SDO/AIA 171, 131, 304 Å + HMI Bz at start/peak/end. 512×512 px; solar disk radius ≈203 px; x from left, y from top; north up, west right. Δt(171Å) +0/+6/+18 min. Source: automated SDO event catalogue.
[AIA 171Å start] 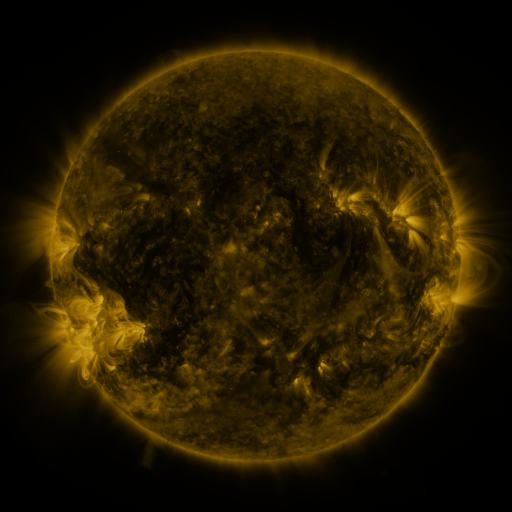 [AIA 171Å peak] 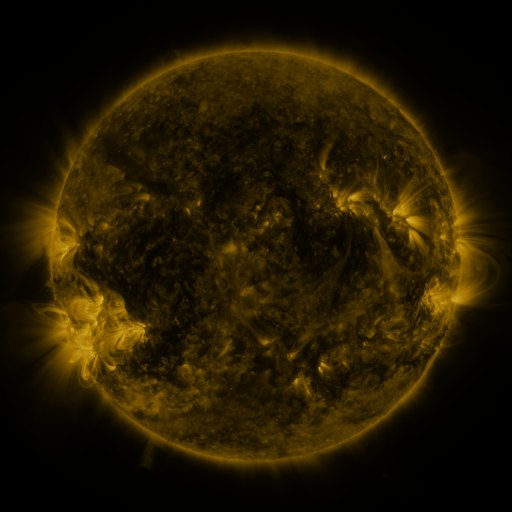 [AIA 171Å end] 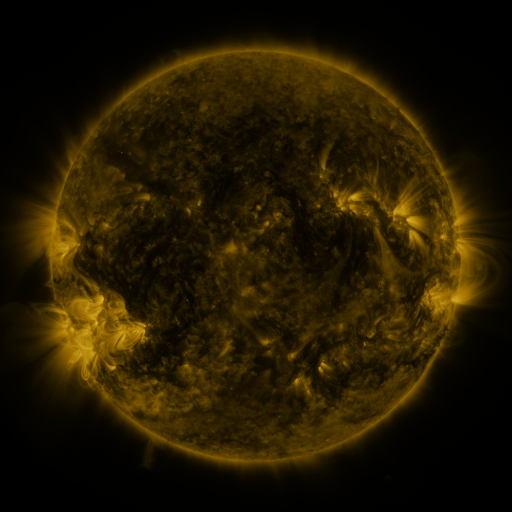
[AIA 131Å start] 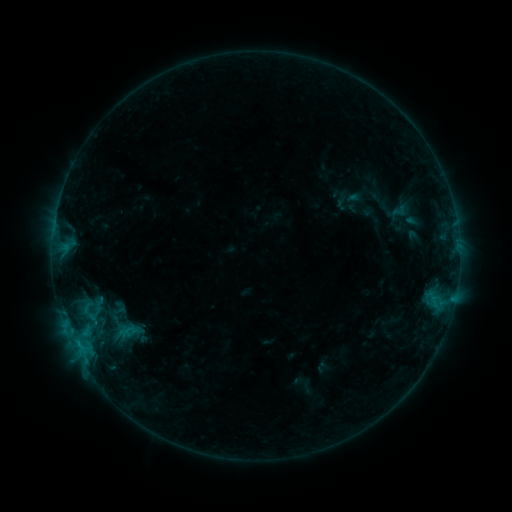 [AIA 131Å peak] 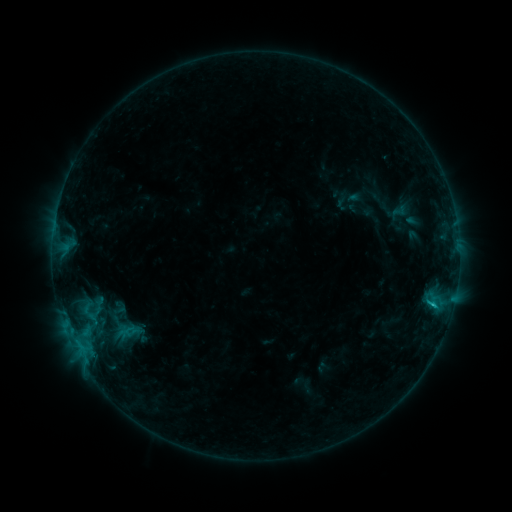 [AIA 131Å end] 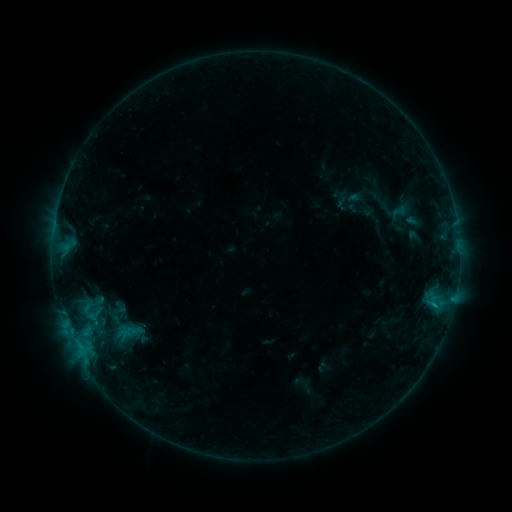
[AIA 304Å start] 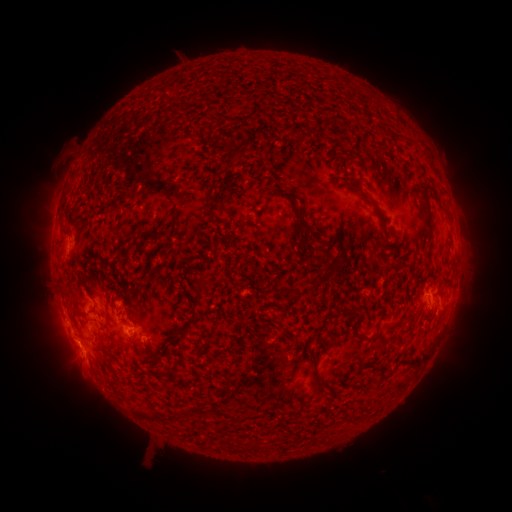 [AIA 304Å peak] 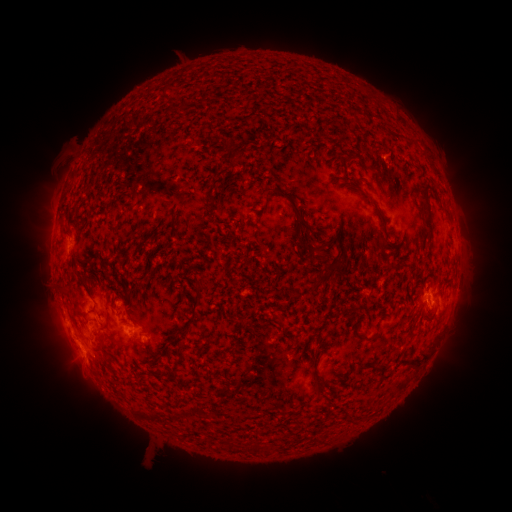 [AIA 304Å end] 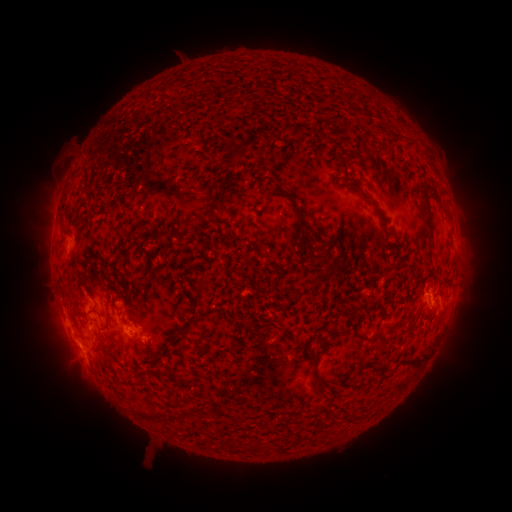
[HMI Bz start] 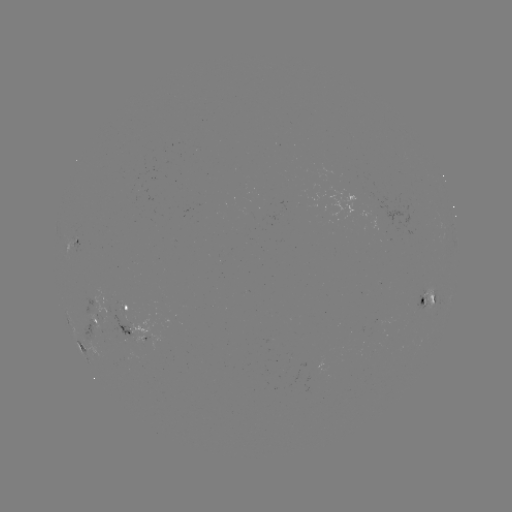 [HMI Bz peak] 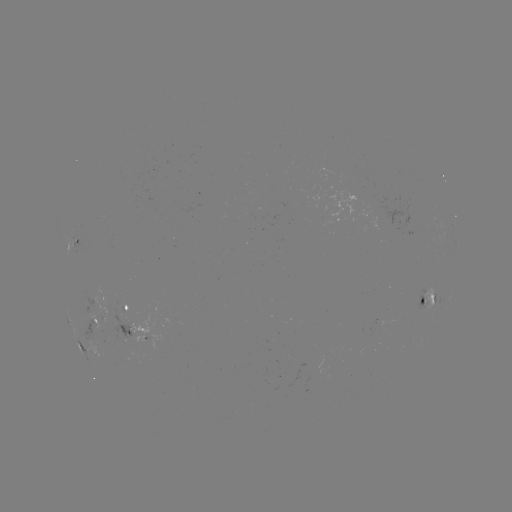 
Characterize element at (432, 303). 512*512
B6.9 flare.